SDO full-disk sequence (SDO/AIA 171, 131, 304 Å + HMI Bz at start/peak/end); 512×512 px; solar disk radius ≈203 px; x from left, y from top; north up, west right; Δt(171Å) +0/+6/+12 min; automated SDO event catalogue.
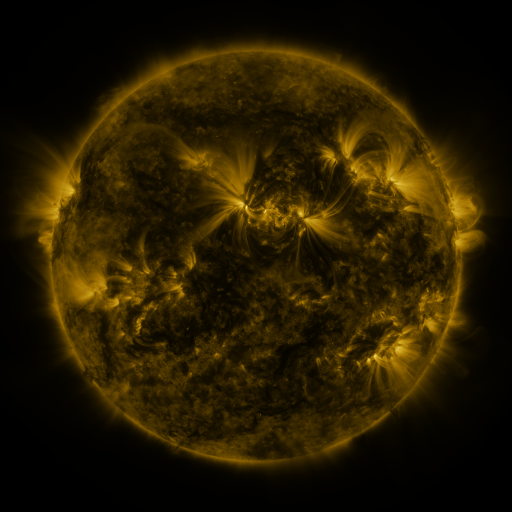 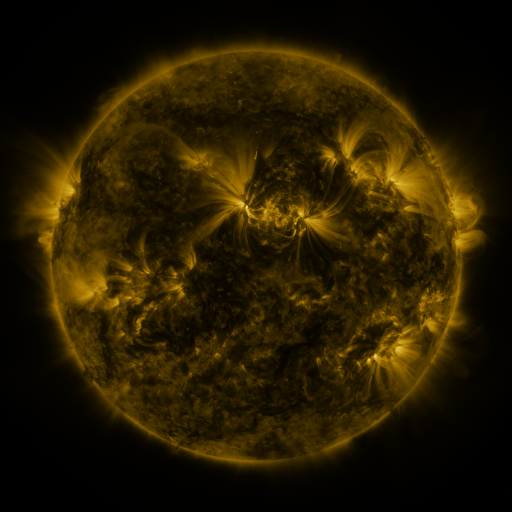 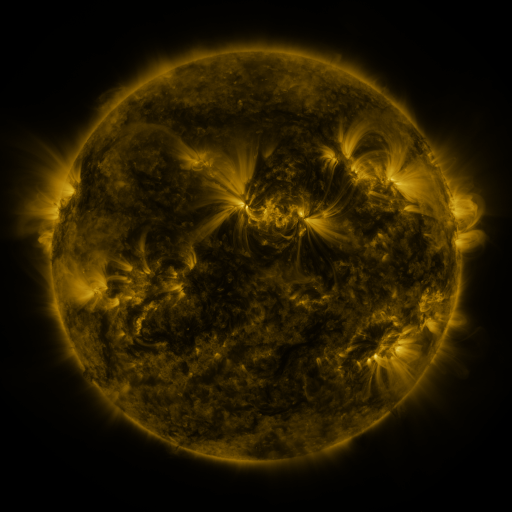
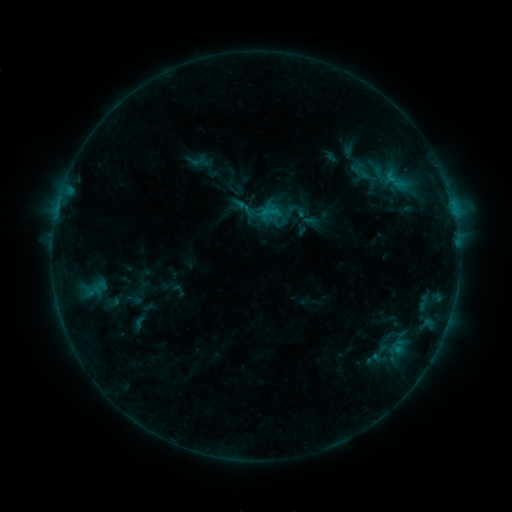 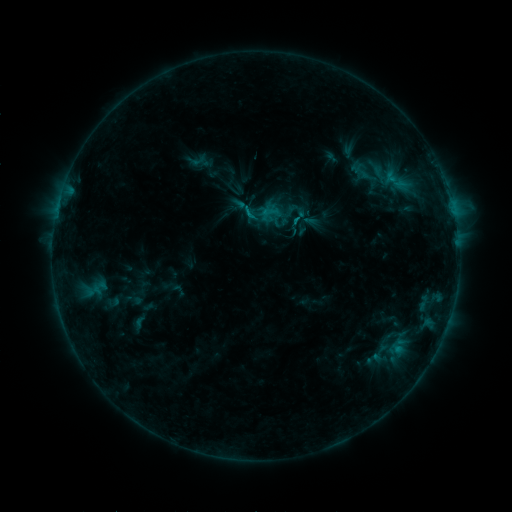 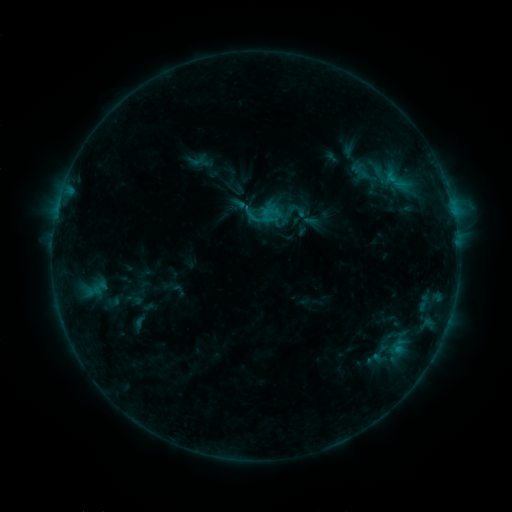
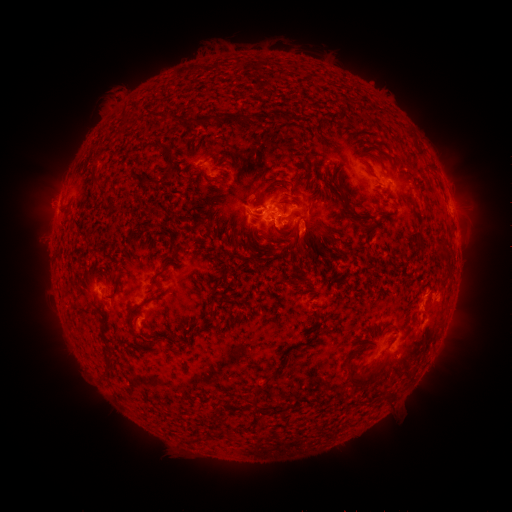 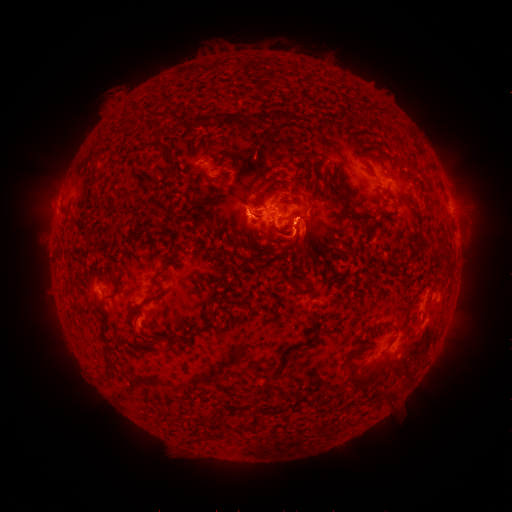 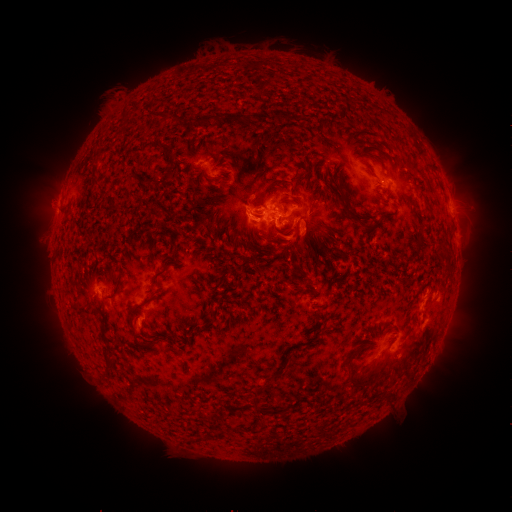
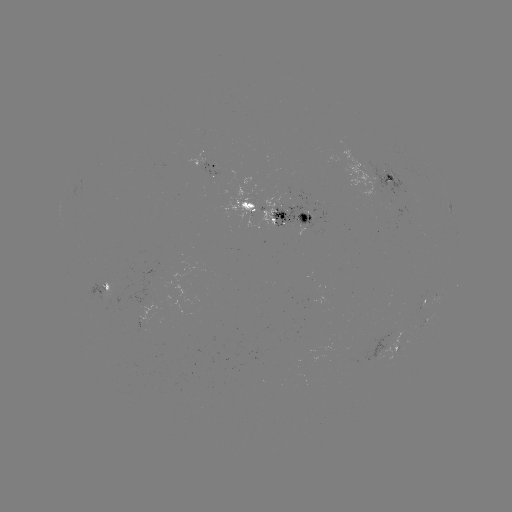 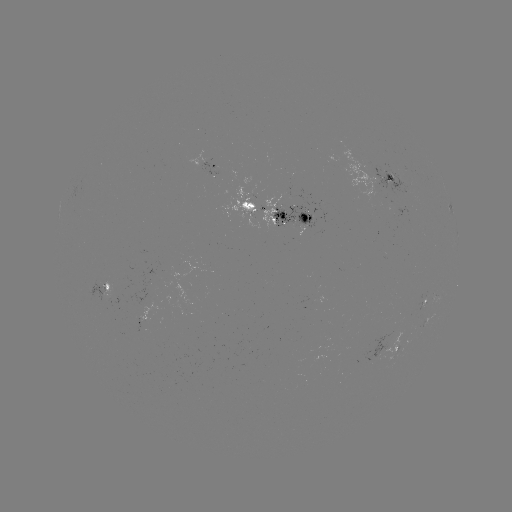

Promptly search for eruption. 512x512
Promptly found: [275, 232].